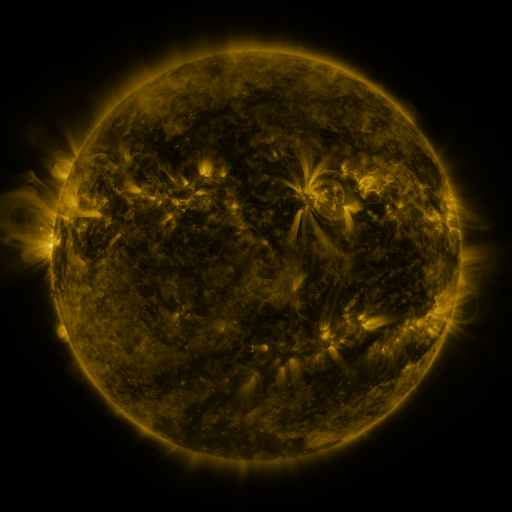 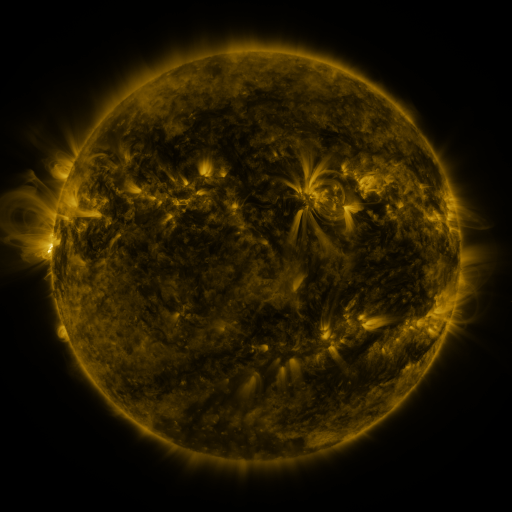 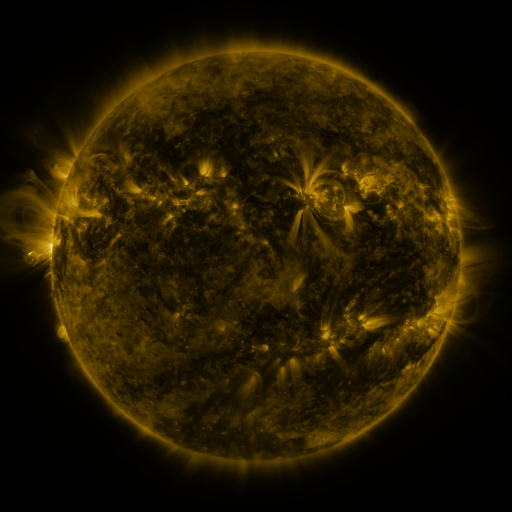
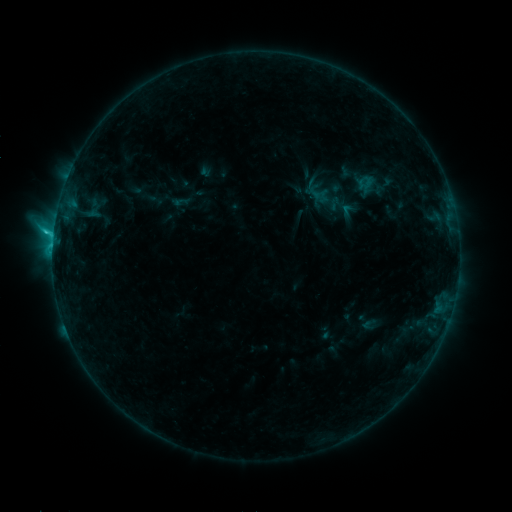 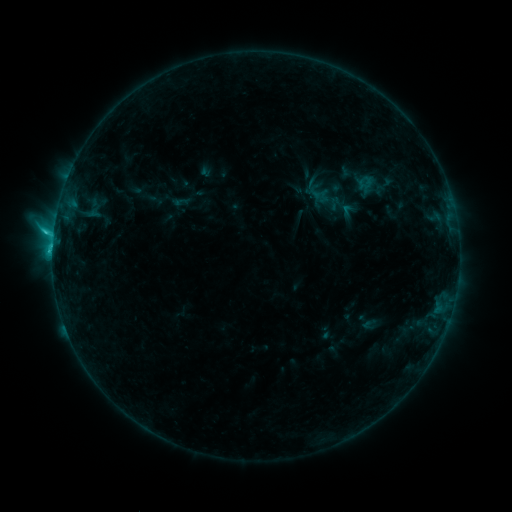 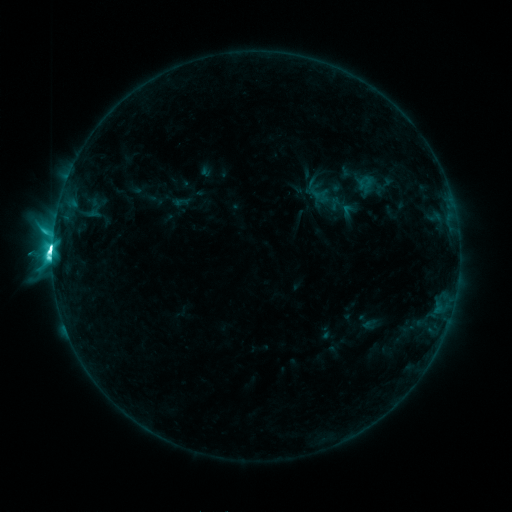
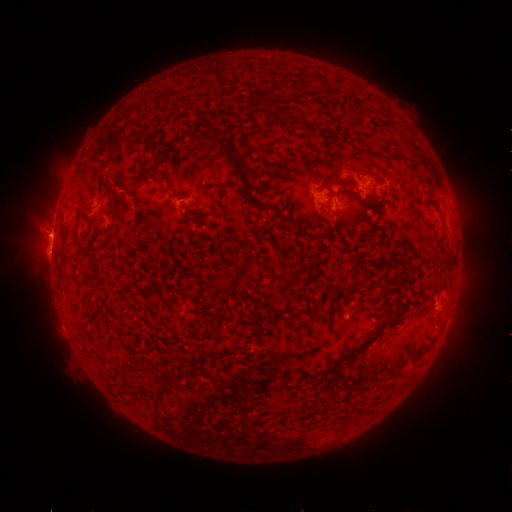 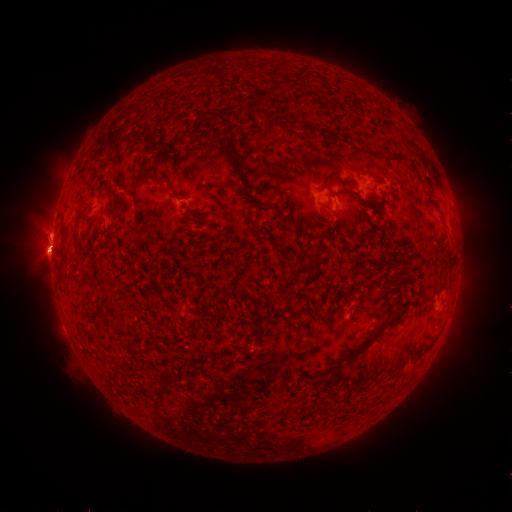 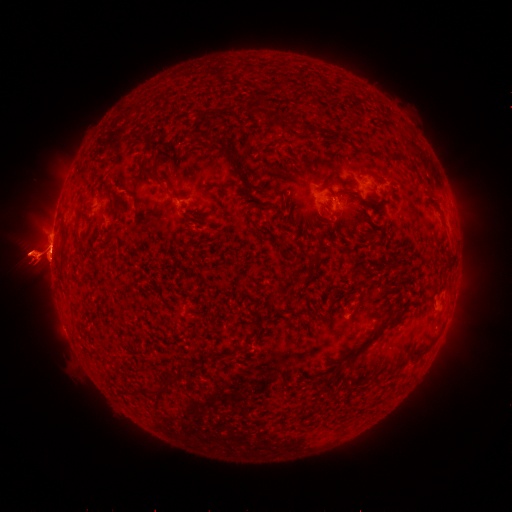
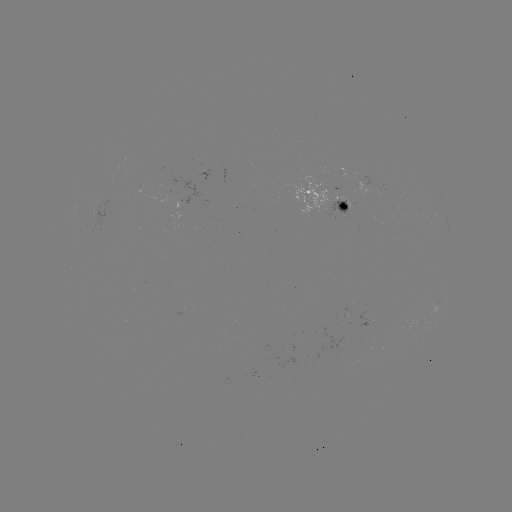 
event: eruption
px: (144, 254)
